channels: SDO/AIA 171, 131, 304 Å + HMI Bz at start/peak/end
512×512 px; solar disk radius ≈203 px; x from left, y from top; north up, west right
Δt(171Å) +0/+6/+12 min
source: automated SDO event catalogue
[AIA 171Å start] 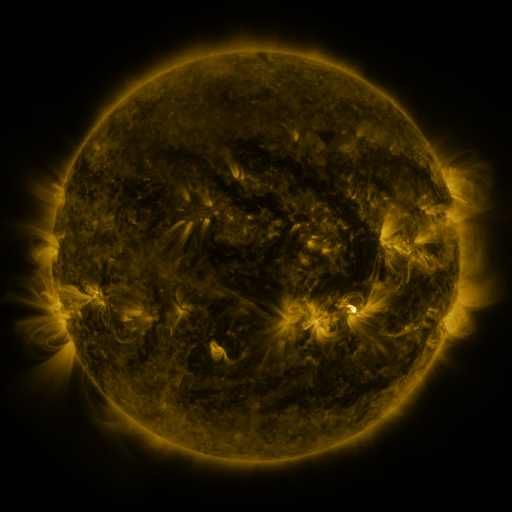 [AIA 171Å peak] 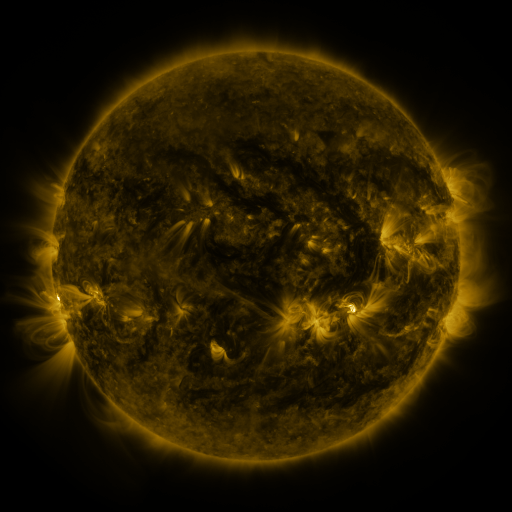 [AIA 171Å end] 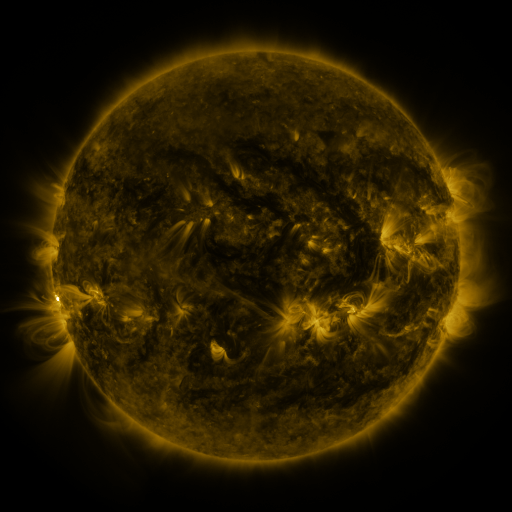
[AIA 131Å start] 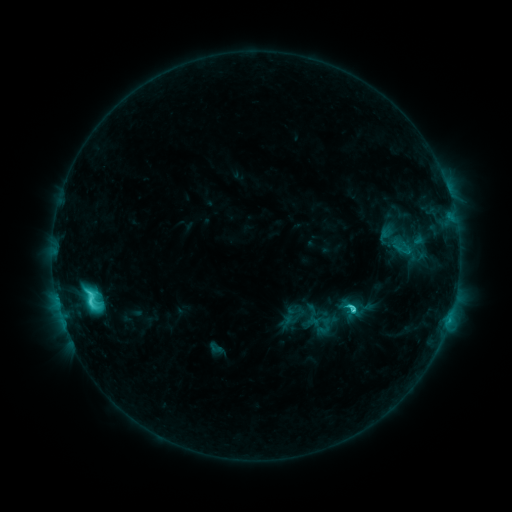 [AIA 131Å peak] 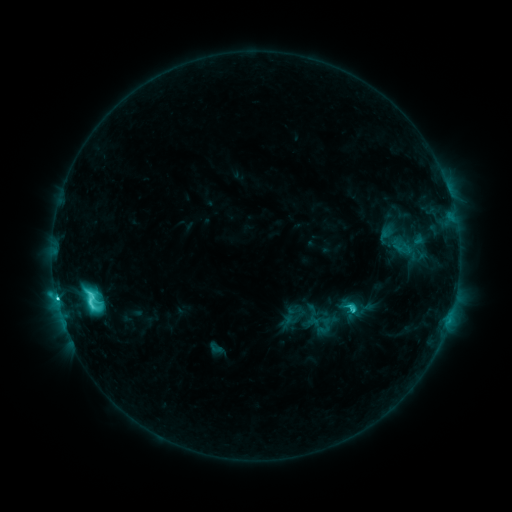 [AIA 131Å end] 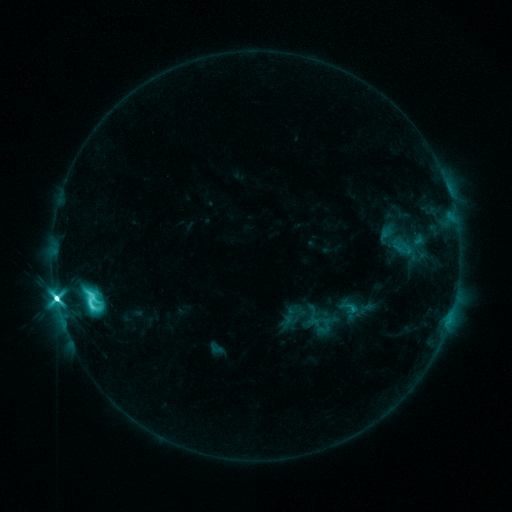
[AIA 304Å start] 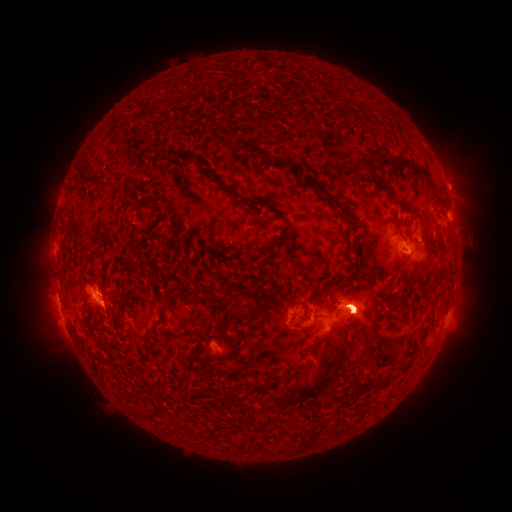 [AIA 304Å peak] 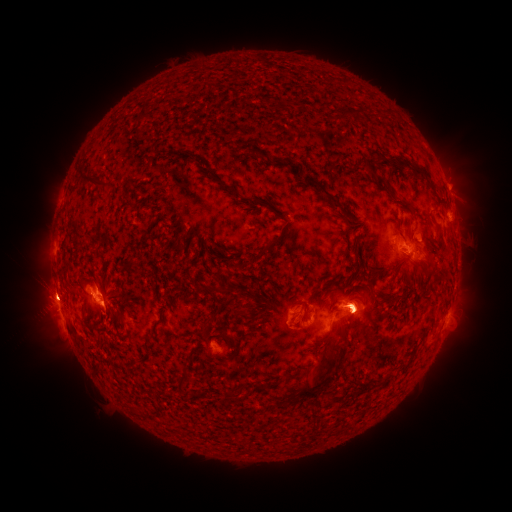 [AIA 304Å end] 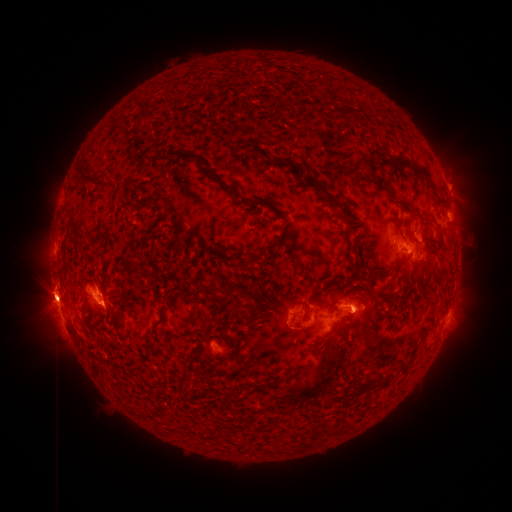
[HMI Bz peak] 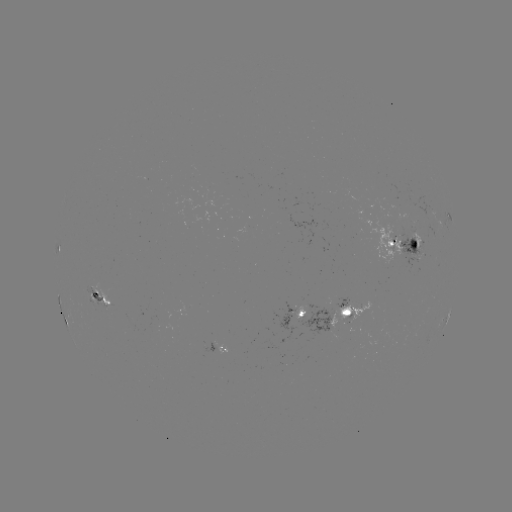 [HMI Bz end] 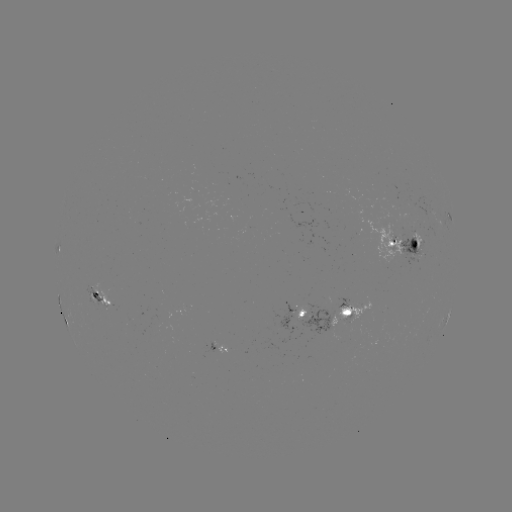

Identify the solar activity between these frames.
M3.1 flare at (57, 298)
